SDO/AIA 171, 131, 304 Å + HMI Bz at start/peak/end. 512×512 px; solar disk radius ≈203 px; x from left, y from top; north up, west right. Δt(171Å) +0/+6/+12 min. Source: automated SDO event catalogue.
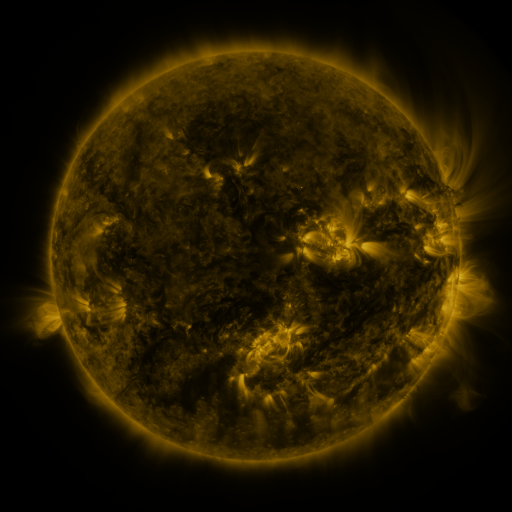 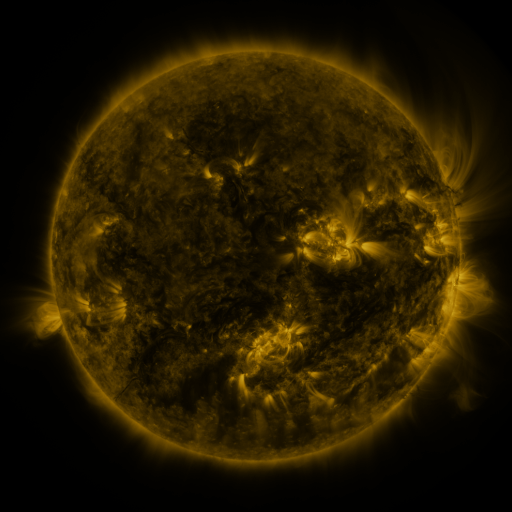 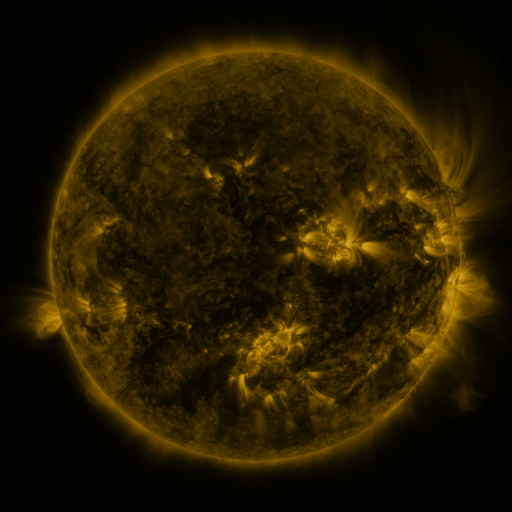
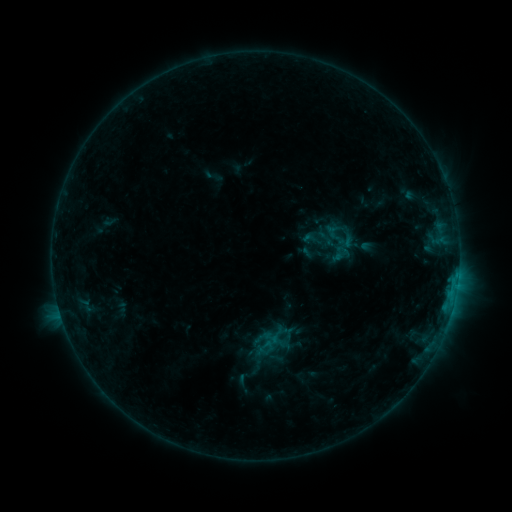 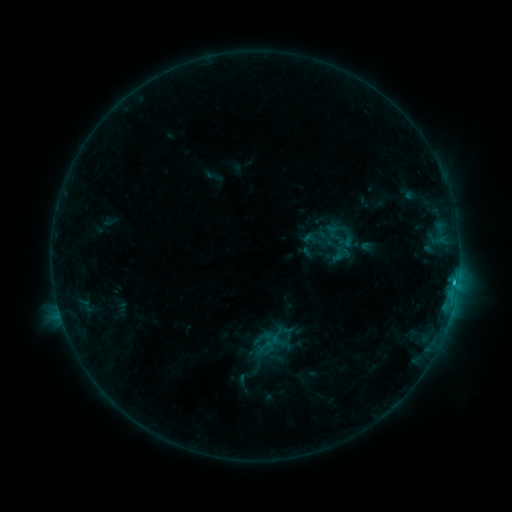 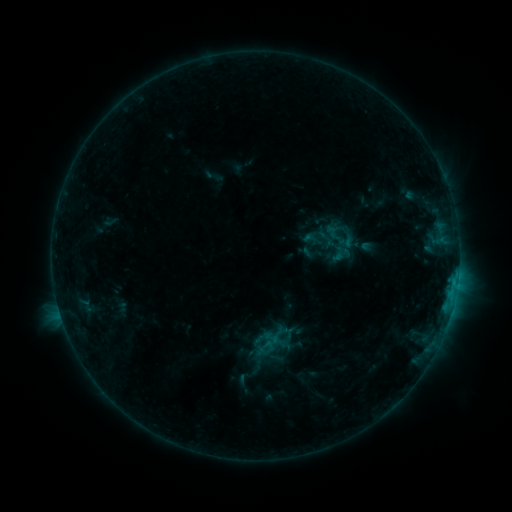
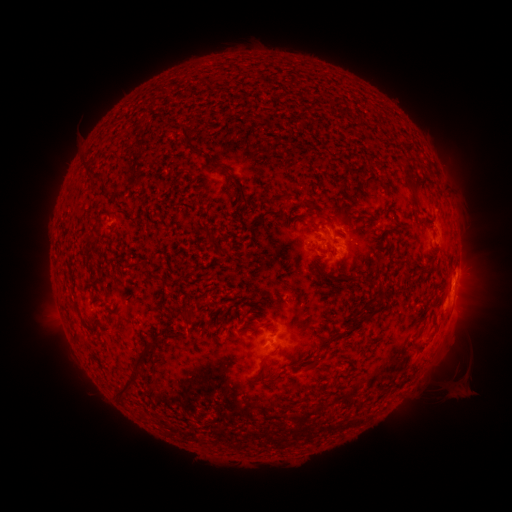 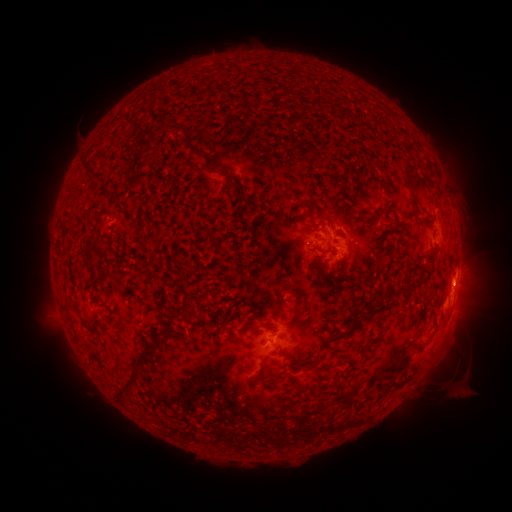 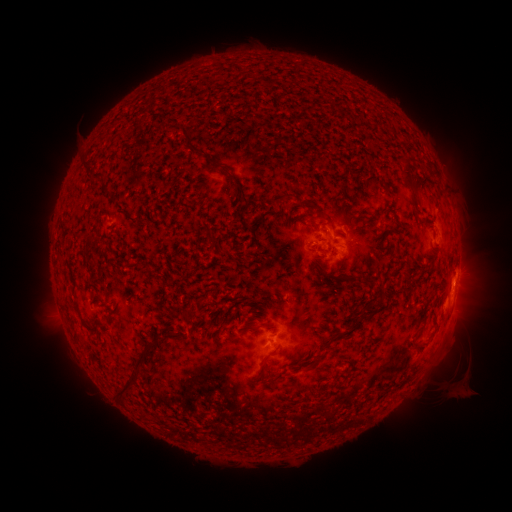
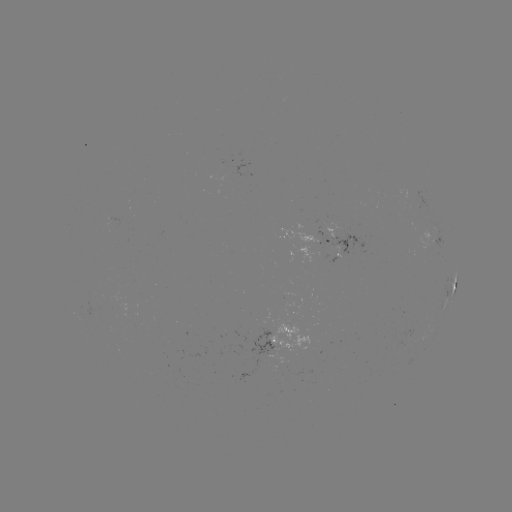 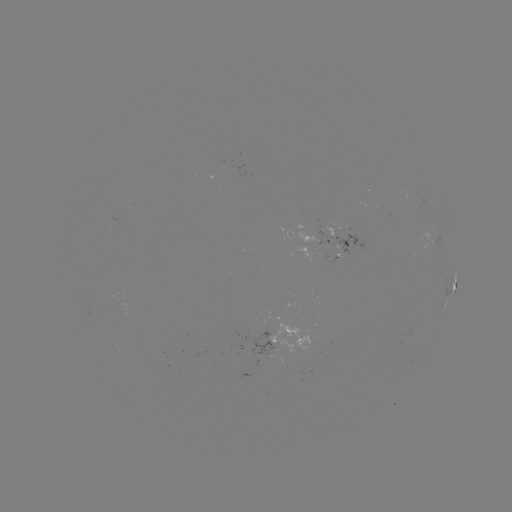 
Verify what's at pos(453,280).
C1.0 flare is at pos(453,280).